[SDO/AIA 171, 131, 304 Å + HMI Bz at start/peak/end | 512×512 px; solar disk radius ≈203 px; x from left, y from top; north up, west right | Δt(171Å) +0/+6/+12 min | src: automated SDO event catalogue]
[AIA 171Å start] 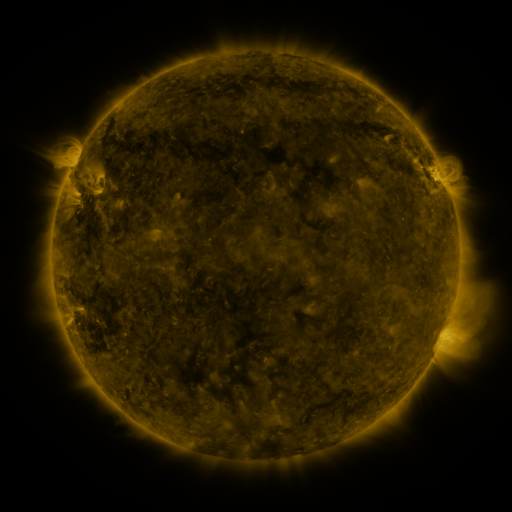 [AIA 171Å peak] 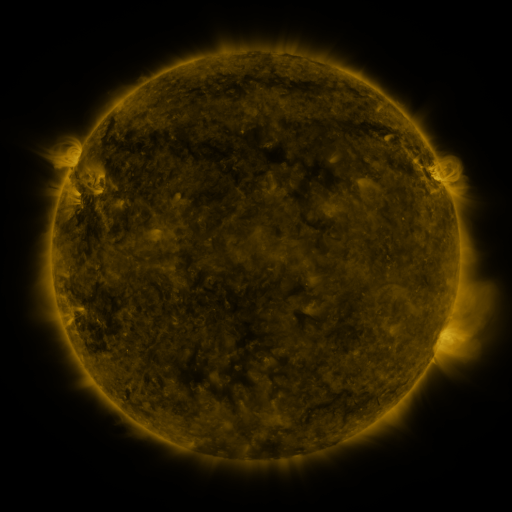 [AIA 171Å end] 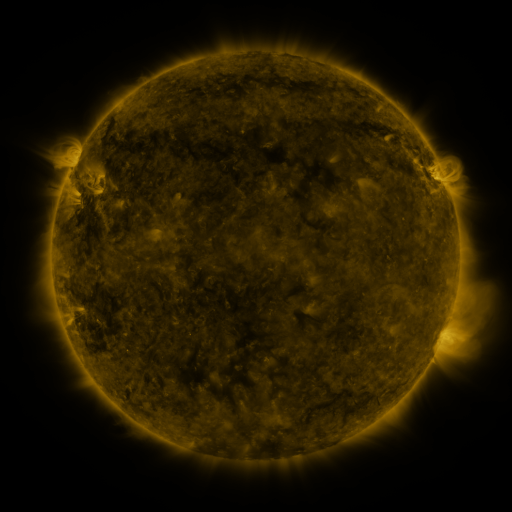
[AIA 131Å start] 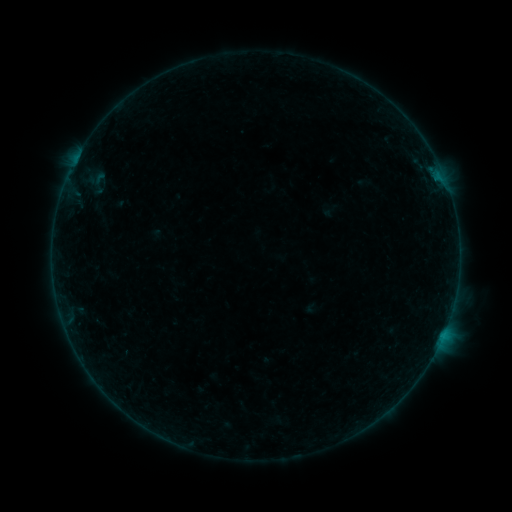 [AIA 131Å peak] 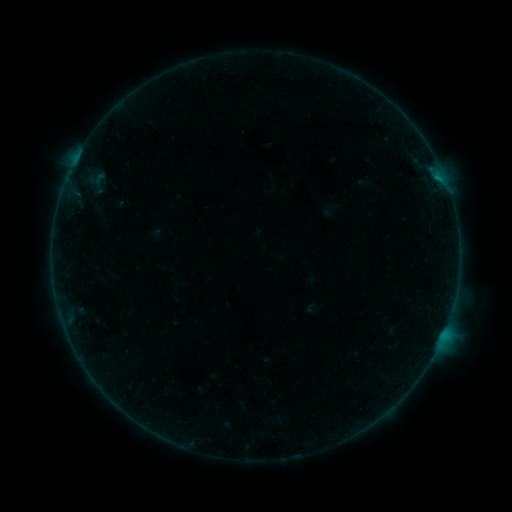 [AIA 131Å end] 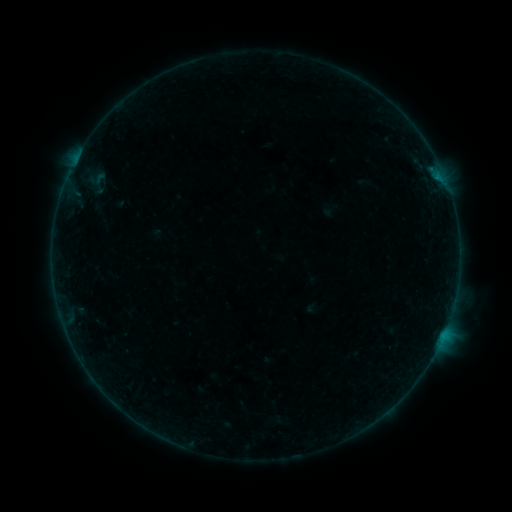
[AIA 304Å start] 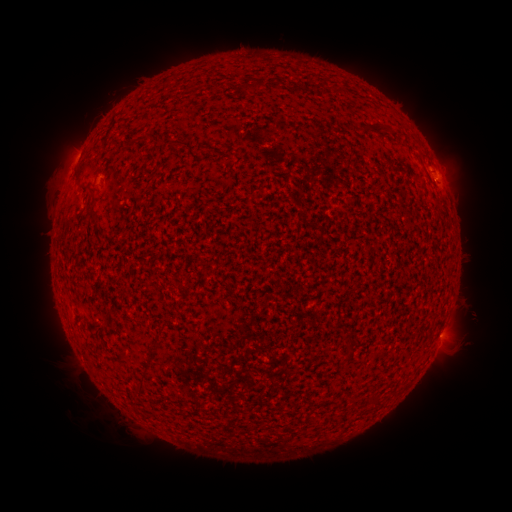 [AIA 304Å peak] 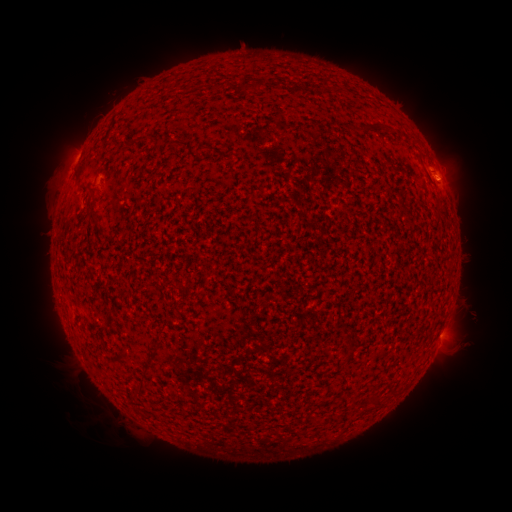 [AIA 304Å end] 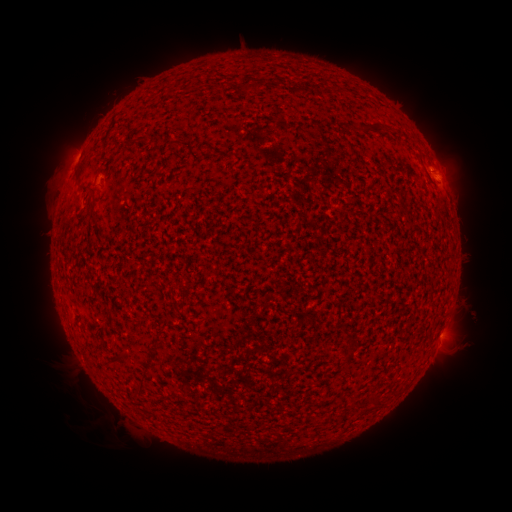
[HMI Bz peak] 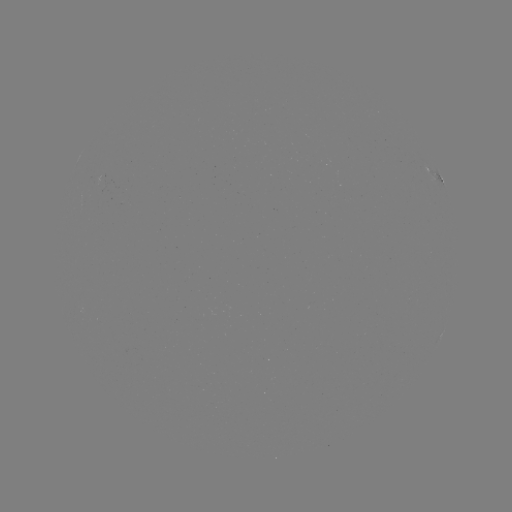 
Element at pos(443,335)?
B1.7 flare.